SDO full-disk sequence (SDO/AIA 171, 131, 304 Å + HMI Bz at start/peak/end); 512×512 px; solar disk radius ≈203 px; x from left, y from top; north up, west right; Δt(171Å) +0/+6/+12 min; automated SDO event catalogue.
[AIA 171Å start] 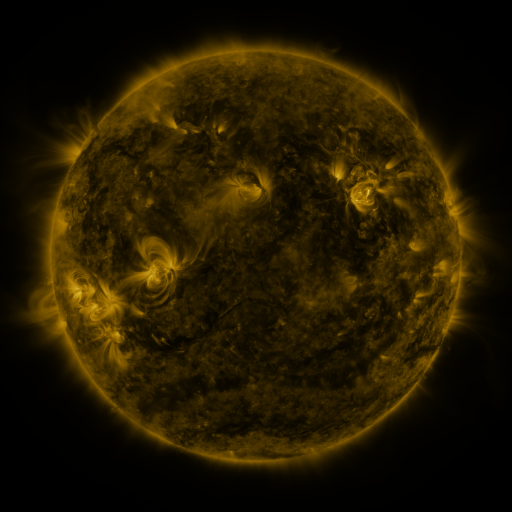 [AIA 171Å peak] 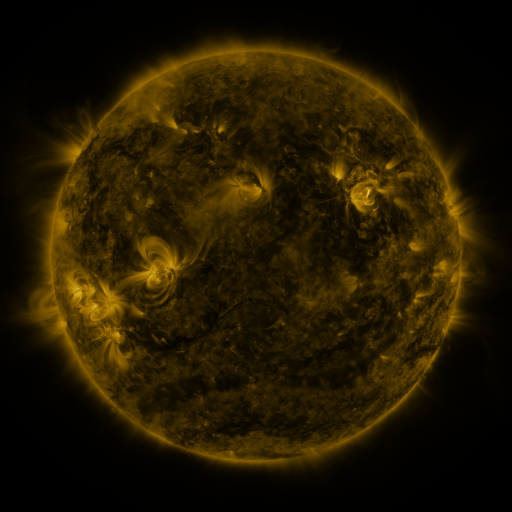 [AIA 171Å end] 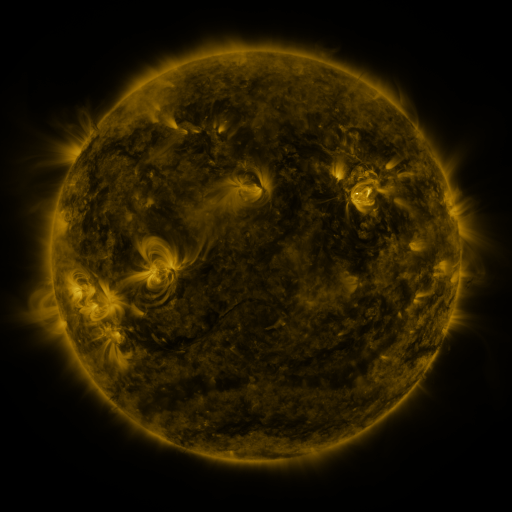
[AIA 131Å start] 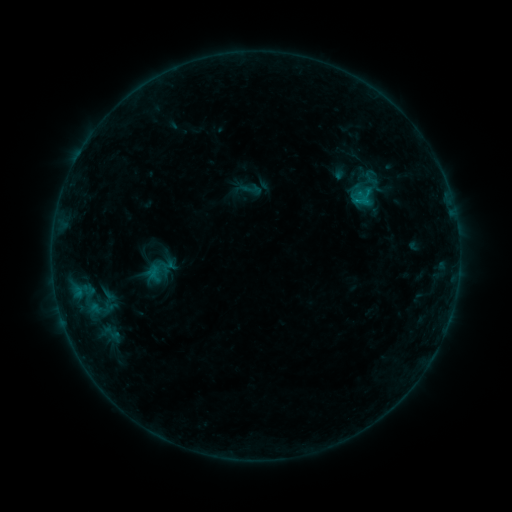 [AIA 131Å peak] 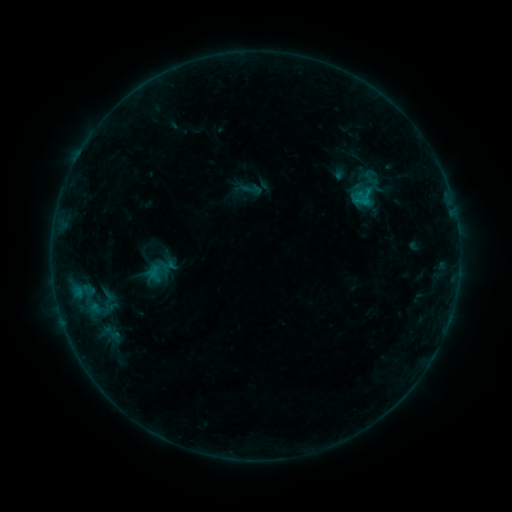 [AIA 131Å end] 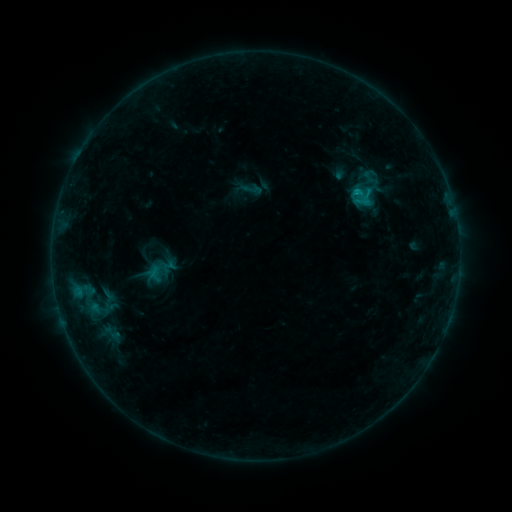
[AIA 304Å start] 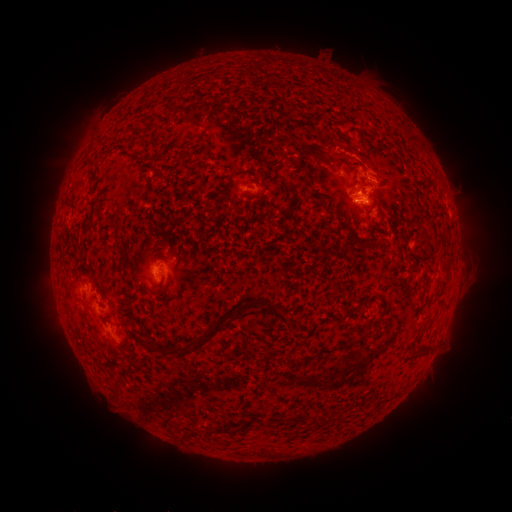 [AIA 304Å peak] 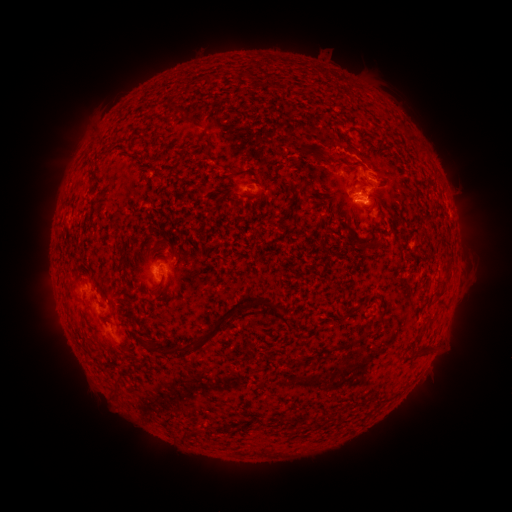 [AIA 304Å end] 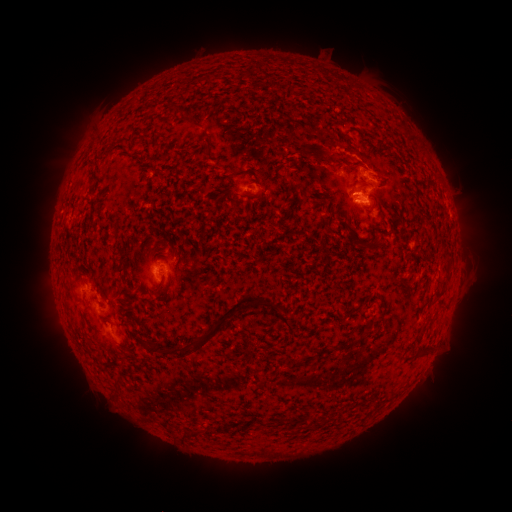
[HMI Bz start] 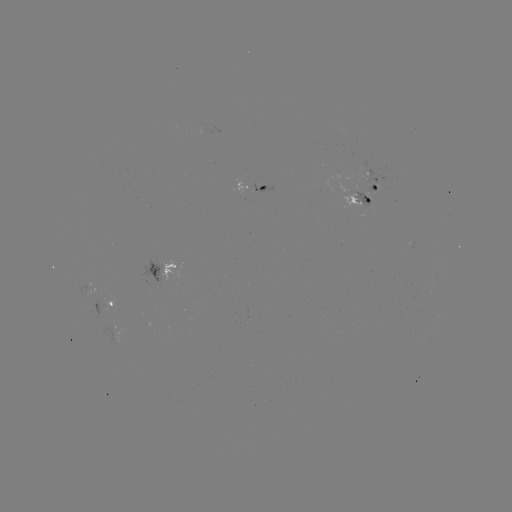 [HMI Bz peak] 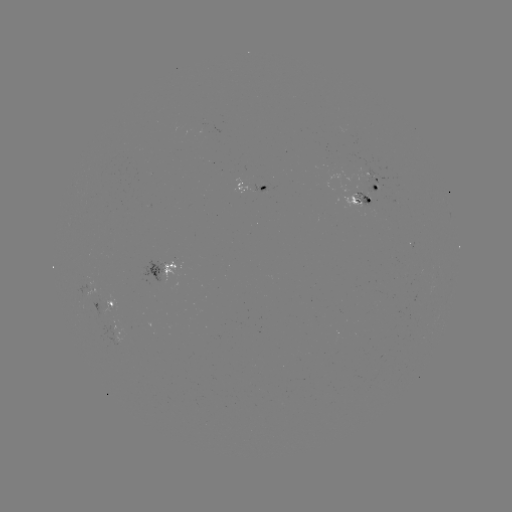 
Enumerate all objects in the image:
B8.7 flare: (356, 196)
